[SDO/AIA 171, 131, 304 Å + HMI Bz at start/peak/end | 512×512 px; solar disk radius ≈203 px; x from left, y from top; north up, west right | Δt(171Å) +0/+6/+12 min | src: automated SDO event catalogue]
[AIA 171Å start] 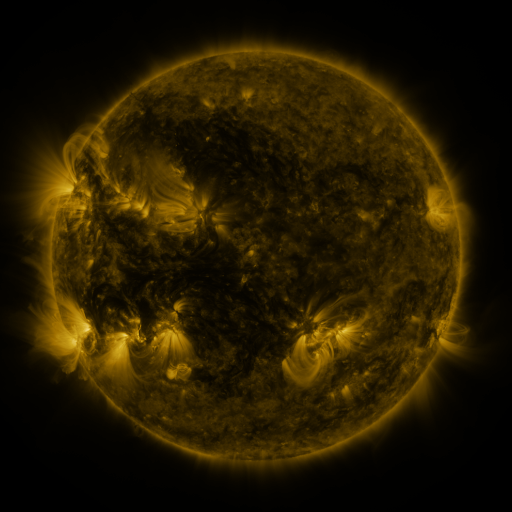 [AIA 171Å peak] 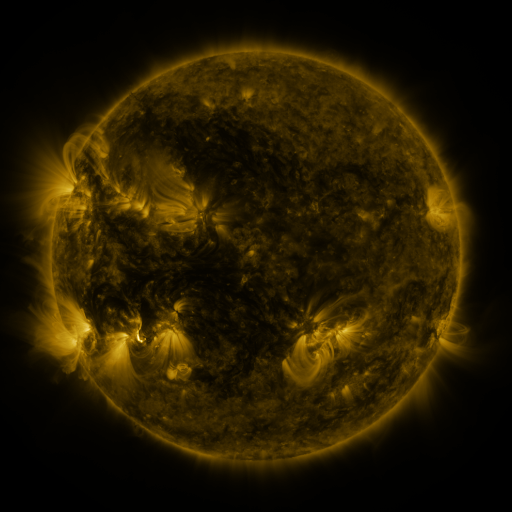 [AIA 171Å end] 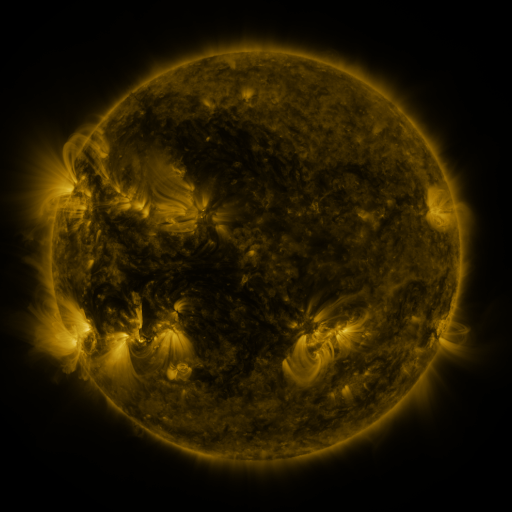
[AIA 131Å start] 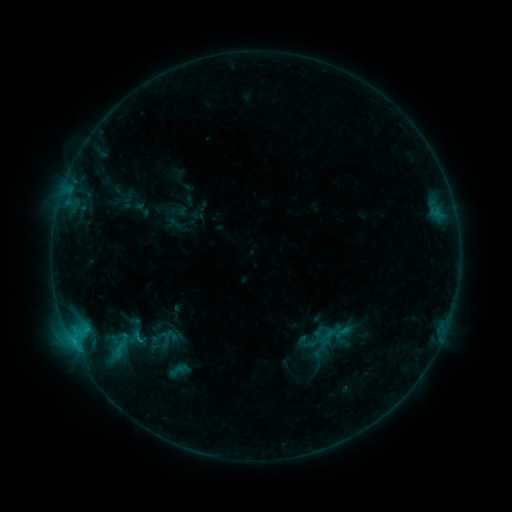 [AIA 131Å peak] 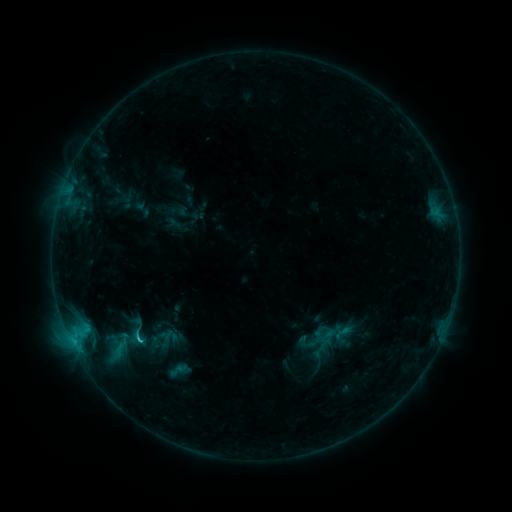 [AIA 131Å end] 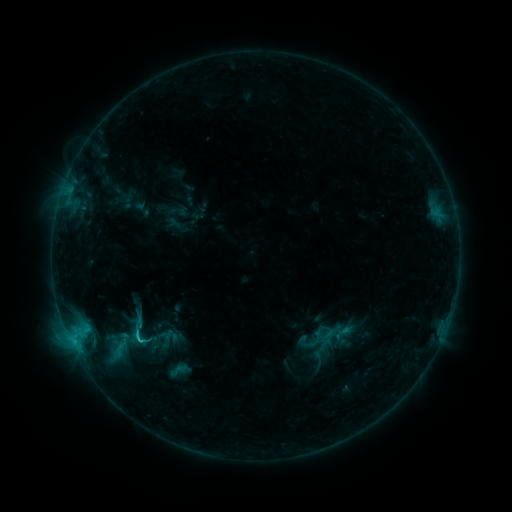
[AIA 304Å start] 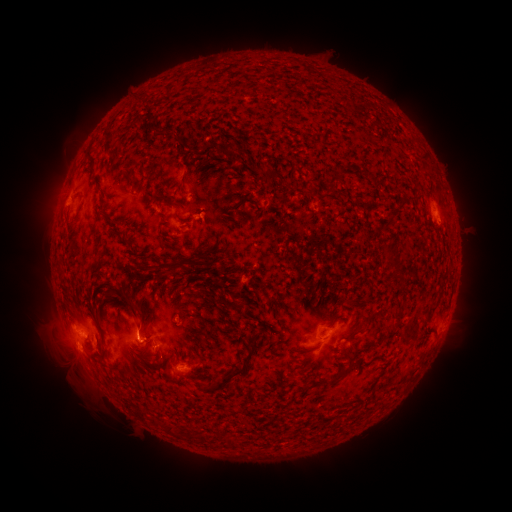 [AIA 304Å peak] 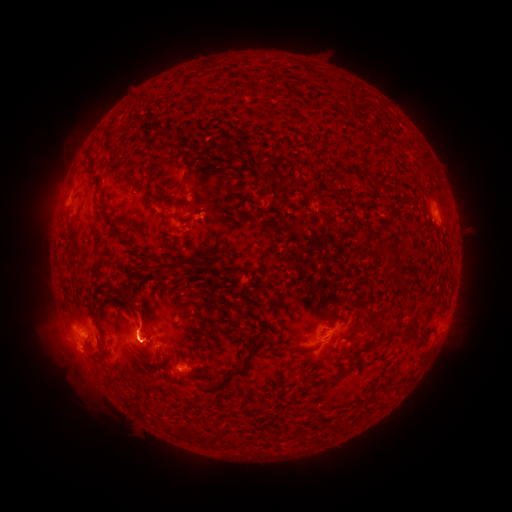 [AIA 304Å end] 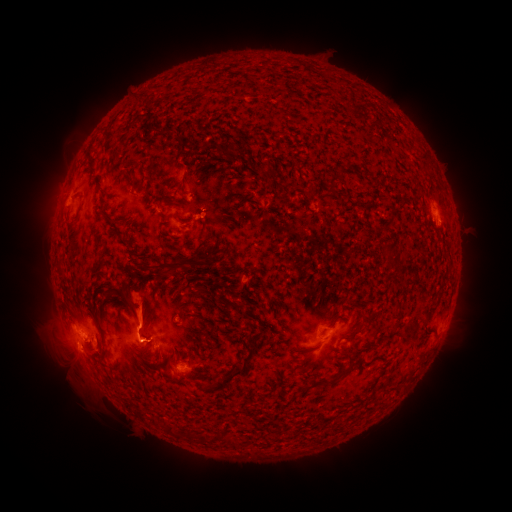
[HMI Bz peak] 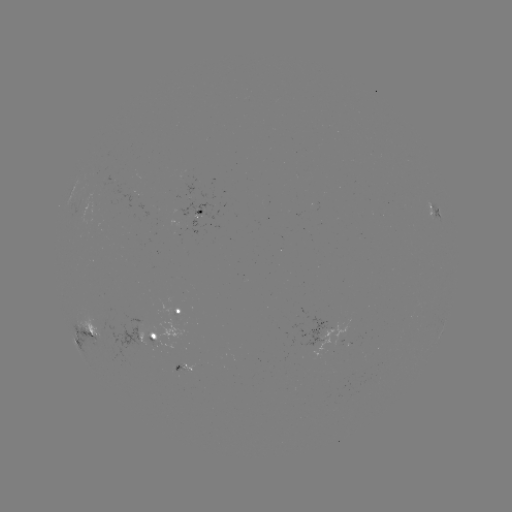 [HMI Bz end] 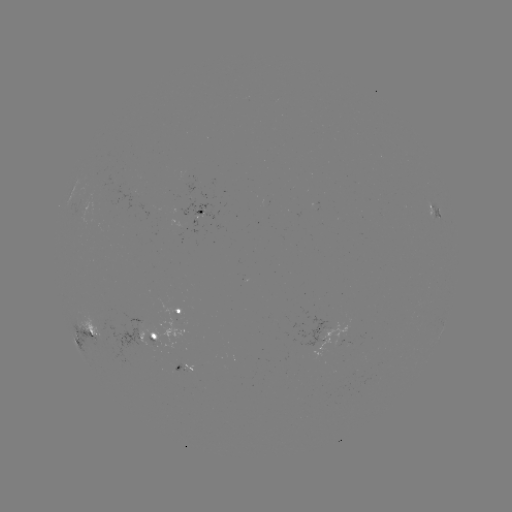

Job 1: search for C1.5 flare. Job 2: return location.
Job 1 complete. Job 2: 140,339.